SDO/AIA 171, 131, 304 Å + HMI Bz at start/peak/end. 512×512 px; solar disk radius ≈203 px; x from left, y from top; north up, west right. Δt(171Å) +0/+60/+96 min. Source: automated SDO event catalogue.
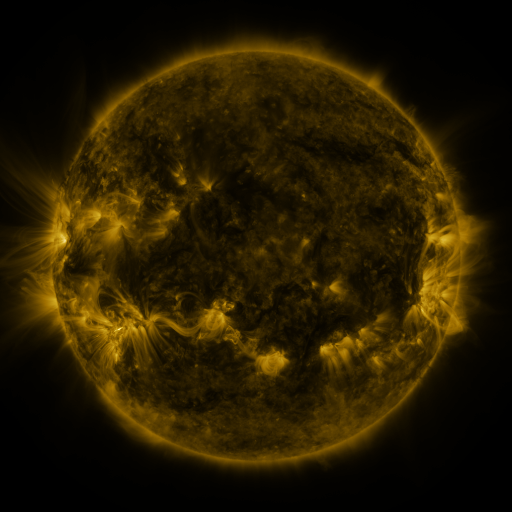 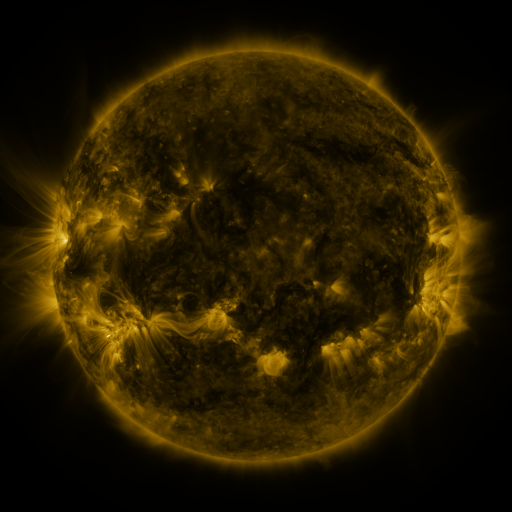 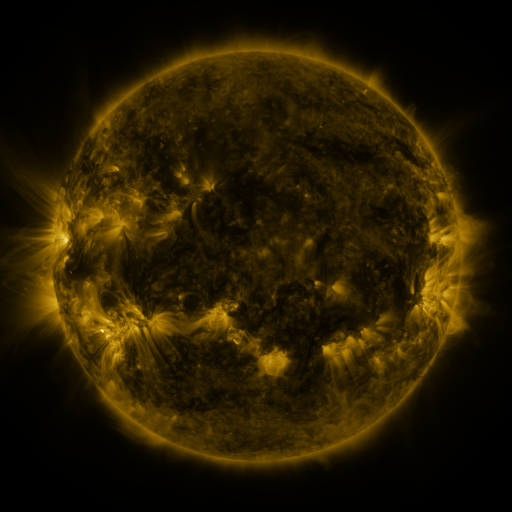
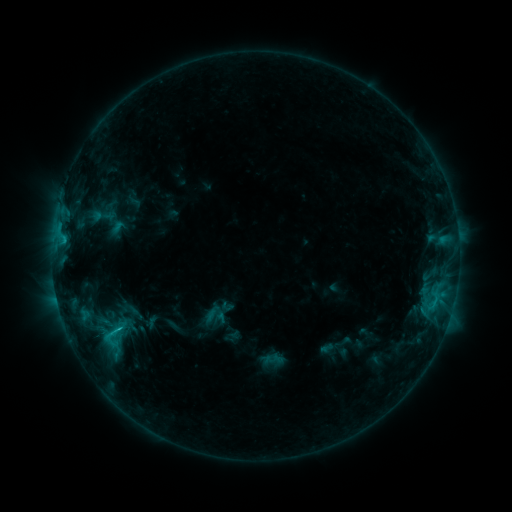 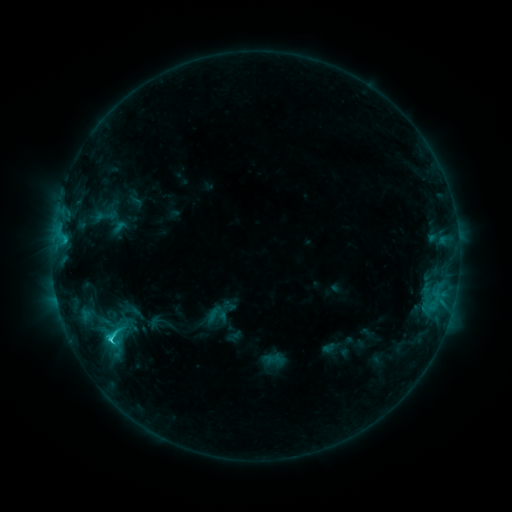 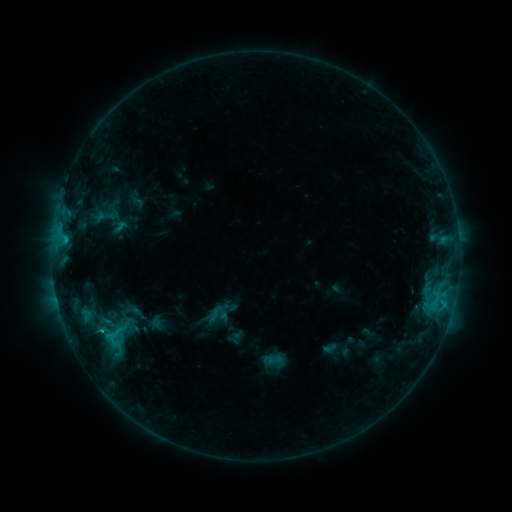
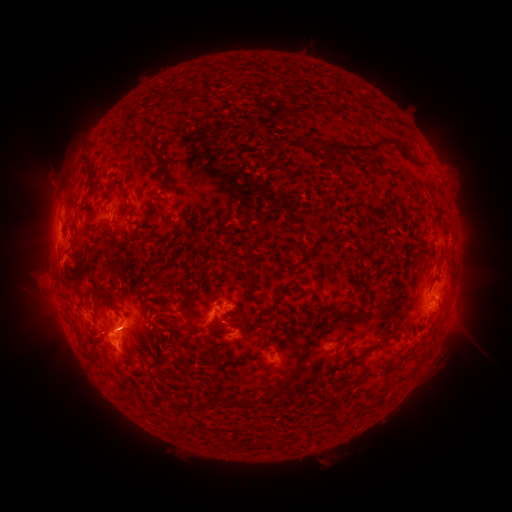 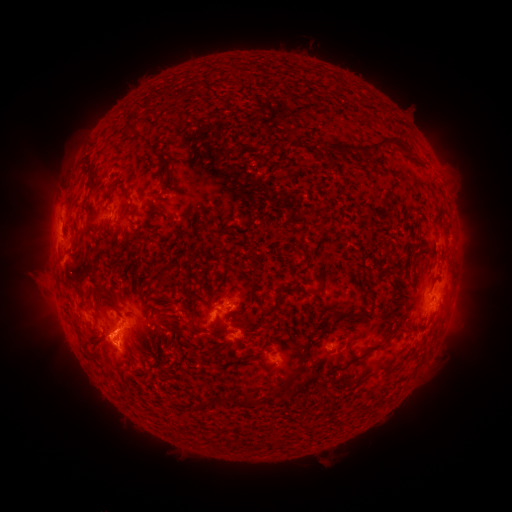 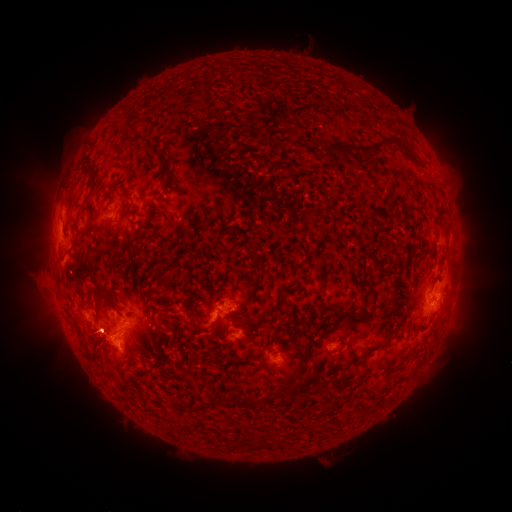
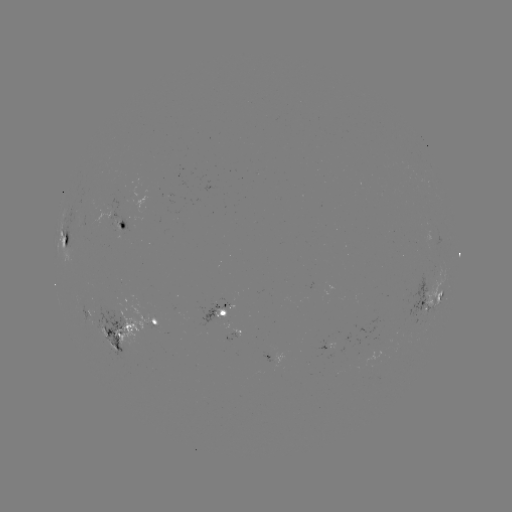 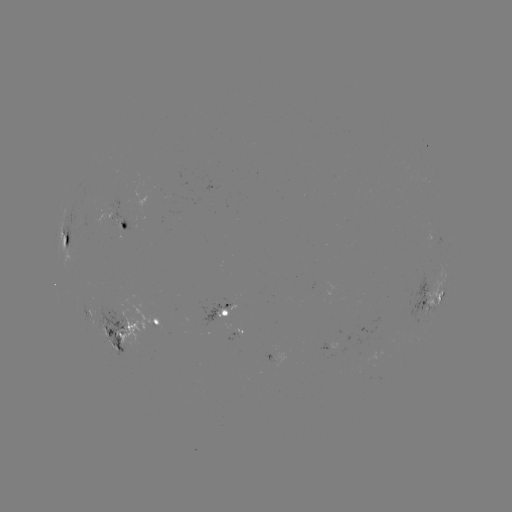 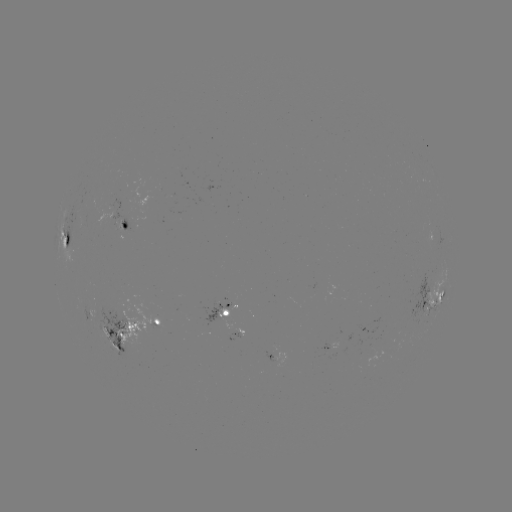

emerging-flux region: (80, 306, 137, 359)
